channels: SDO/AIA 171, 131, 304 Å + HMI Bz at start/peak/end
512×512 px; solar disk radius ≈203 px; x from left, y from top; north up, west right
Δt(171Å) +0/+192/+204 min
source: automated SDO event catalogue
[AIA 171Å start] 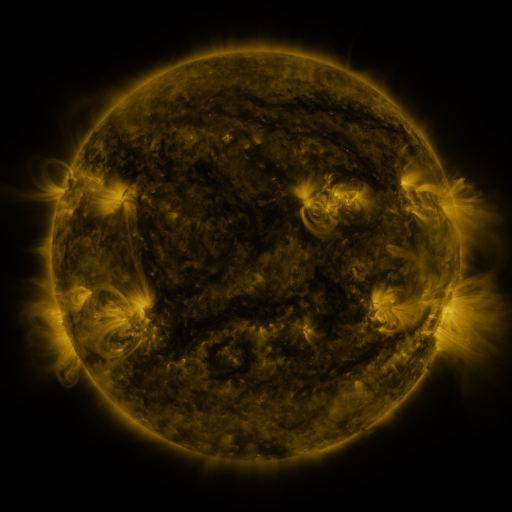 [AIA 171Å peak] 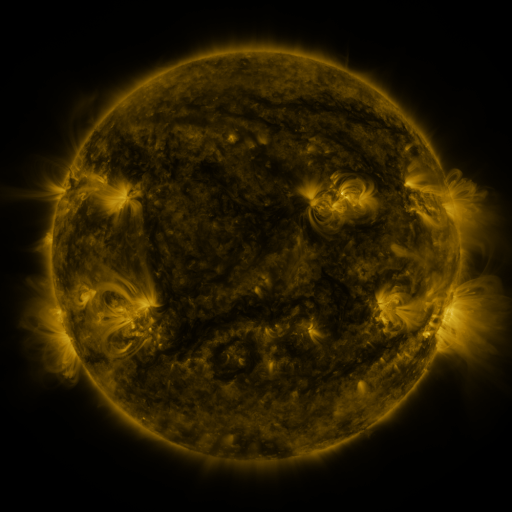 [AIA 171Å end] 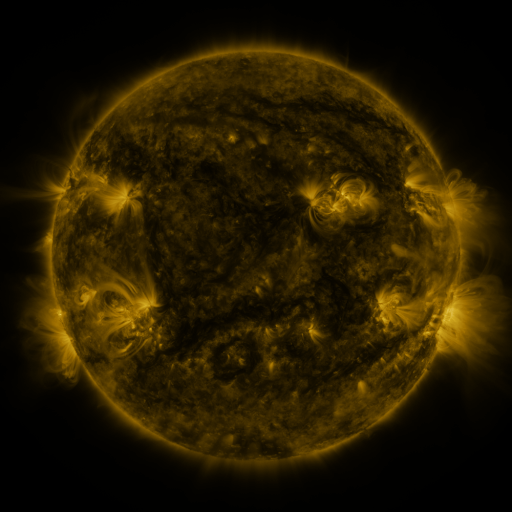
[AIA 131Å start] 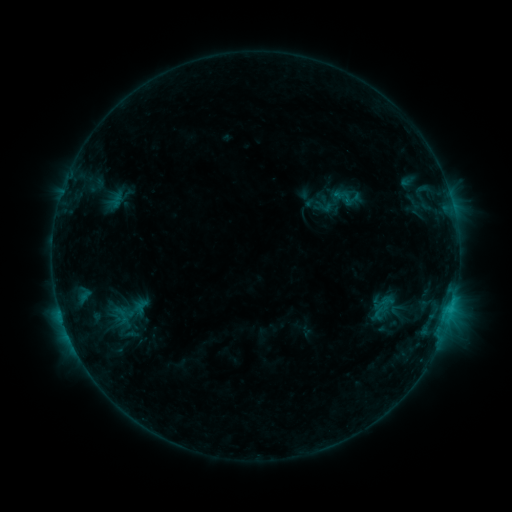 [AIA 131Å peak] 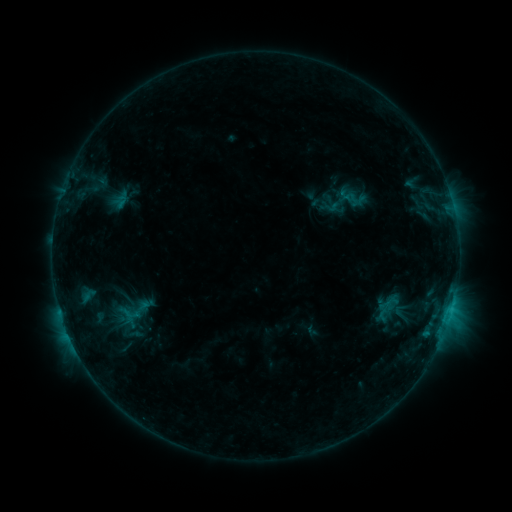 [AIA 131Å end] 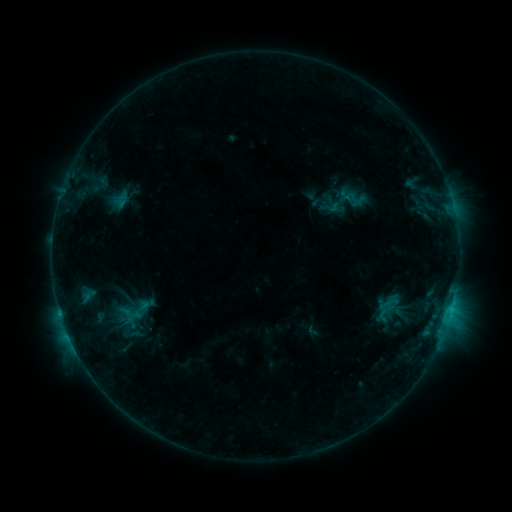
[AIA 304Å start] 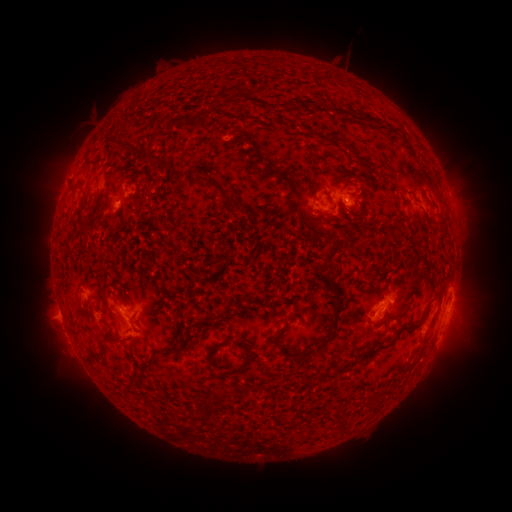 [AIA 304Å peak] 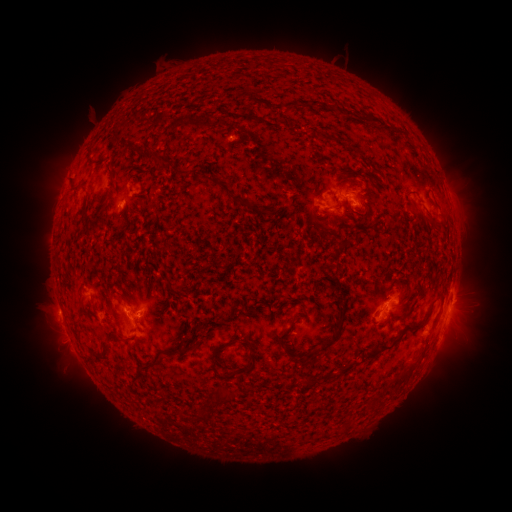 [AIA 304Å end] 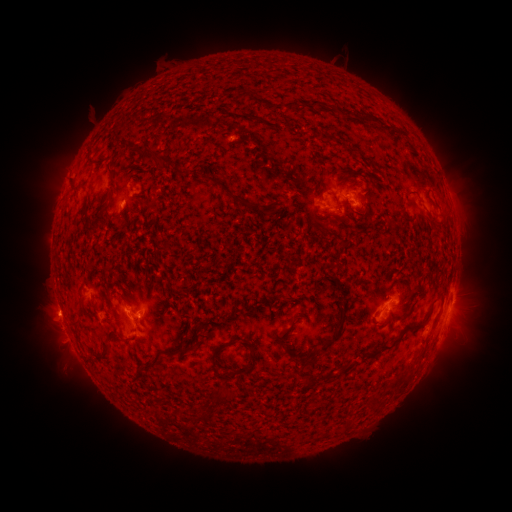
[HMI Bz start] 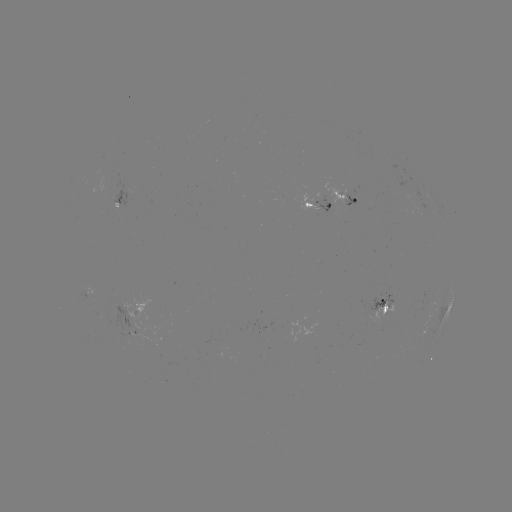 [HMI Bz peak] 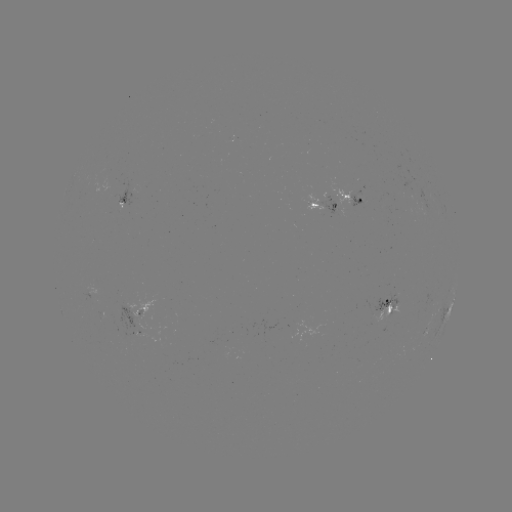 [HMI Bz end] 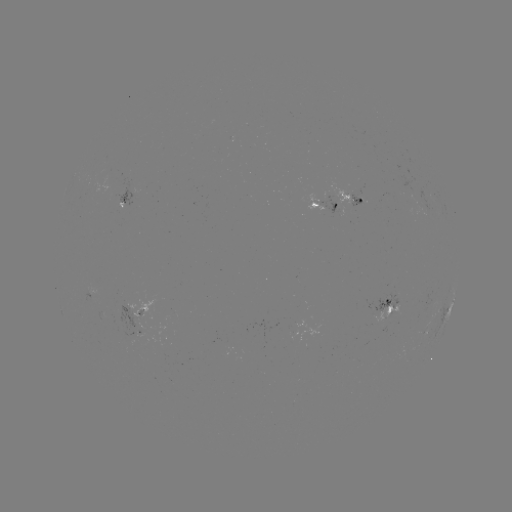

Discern emerging-flux region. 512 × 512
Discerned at (379, 309).